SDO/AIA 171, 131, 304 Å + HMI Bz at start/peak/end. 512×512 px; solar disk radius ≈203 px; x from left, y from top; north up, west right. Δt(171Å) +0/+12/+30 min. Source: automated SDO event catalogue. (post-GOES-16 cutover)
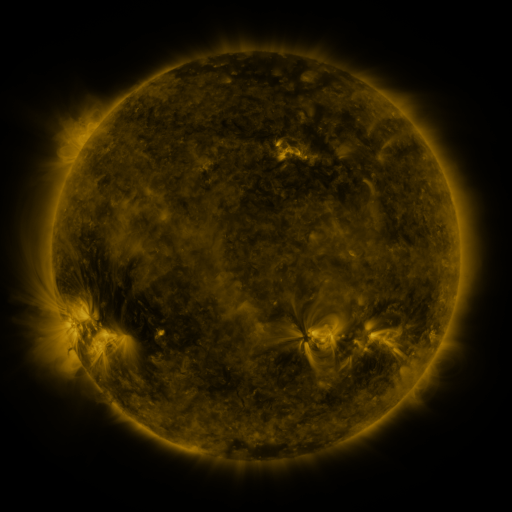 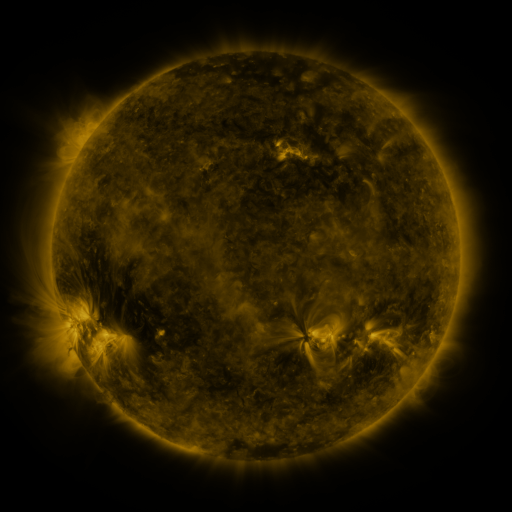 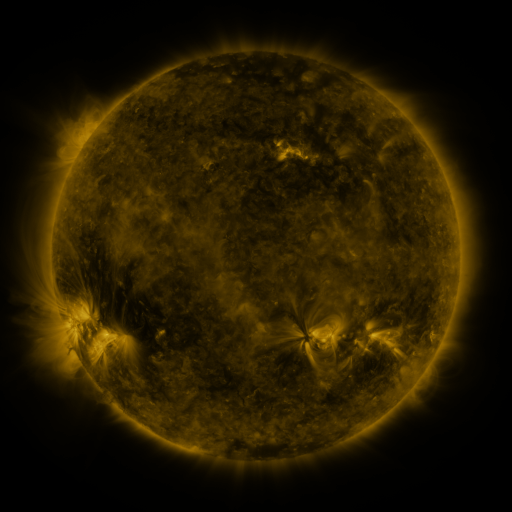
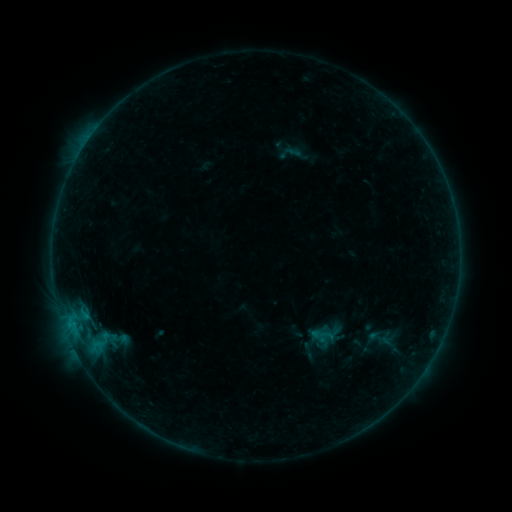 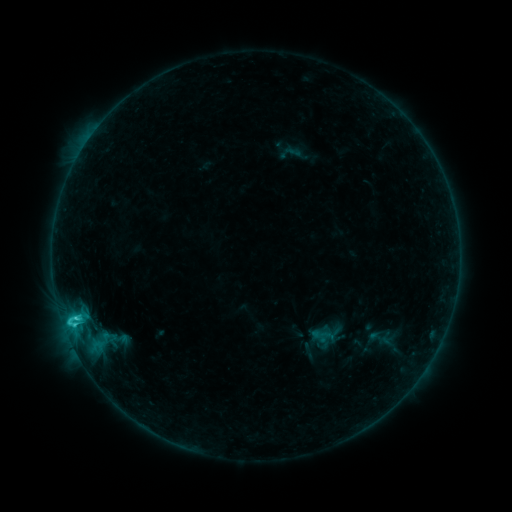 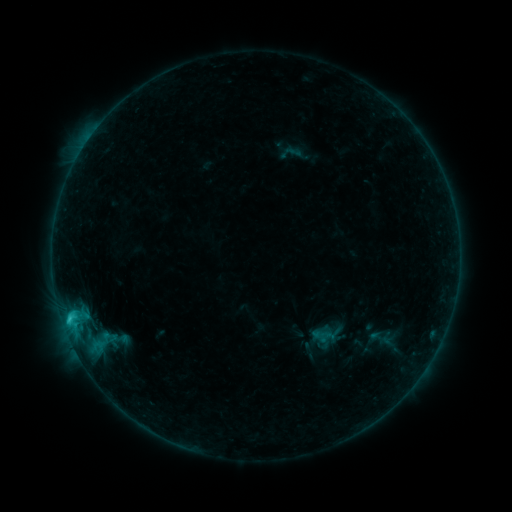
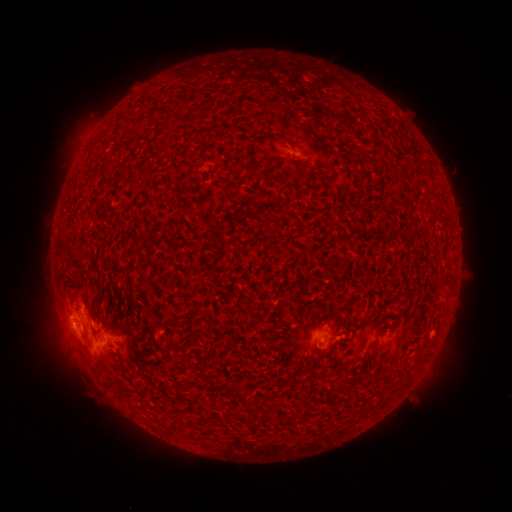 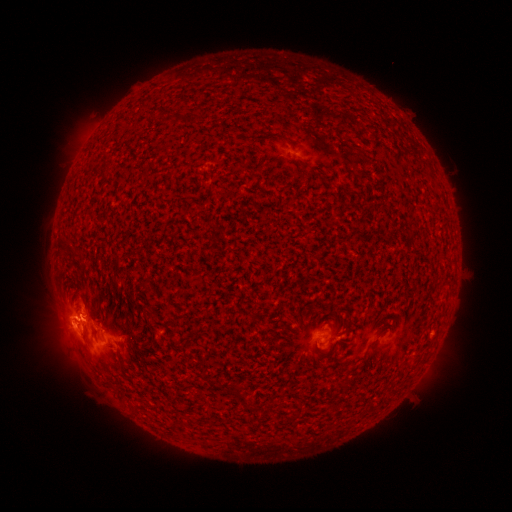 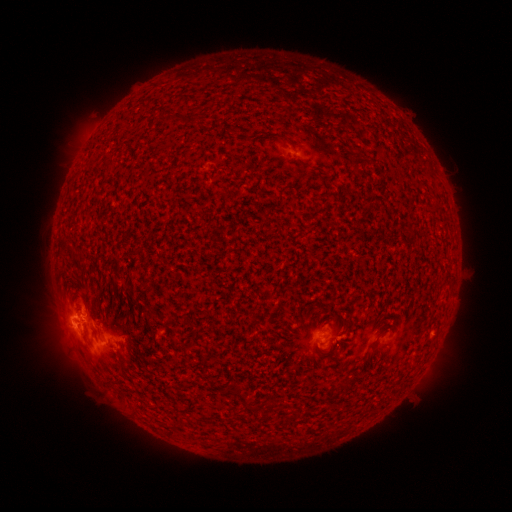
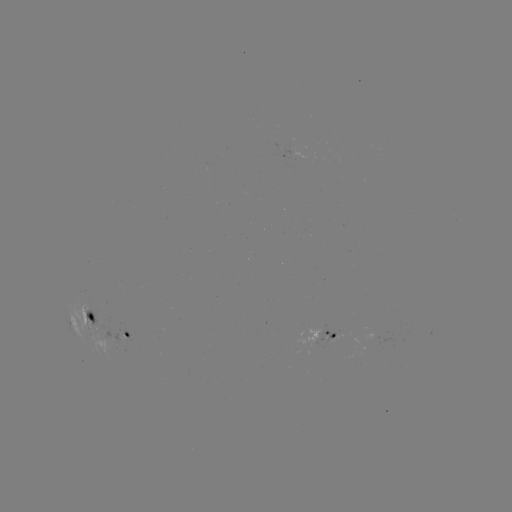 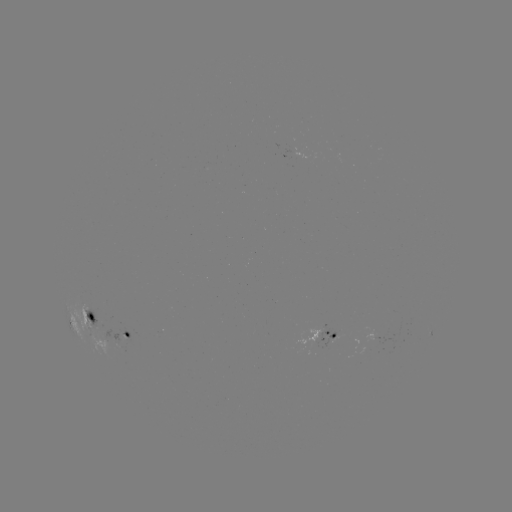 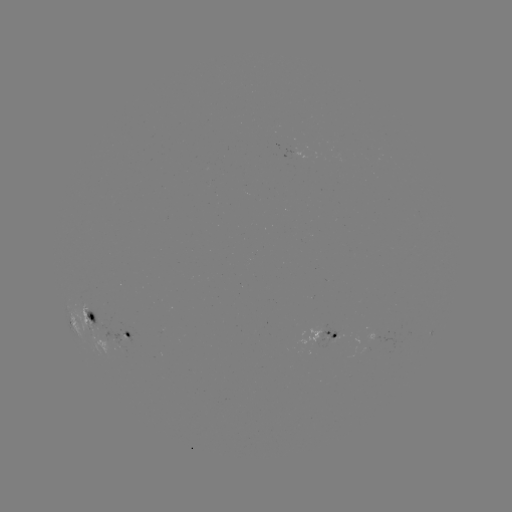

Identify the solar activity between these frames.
C3.4 flare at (76, 317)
